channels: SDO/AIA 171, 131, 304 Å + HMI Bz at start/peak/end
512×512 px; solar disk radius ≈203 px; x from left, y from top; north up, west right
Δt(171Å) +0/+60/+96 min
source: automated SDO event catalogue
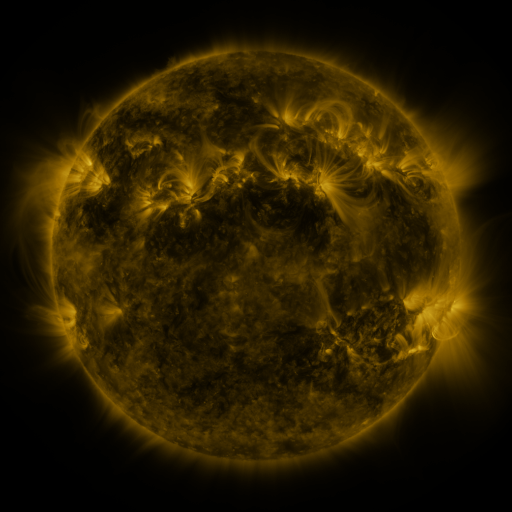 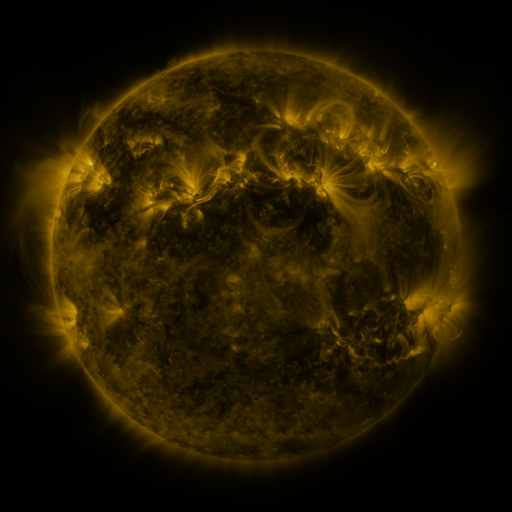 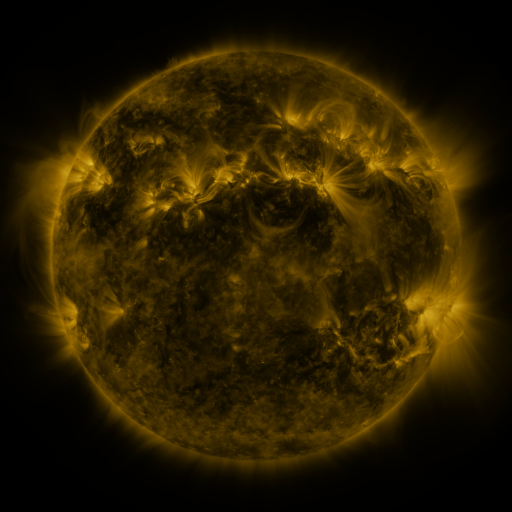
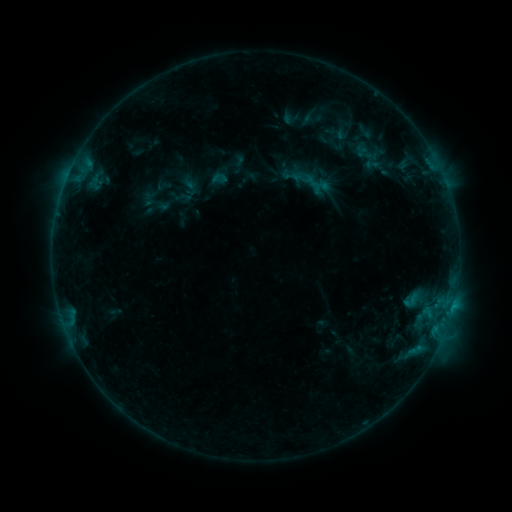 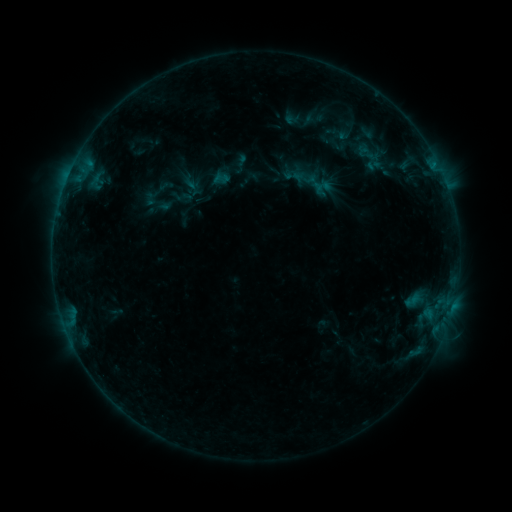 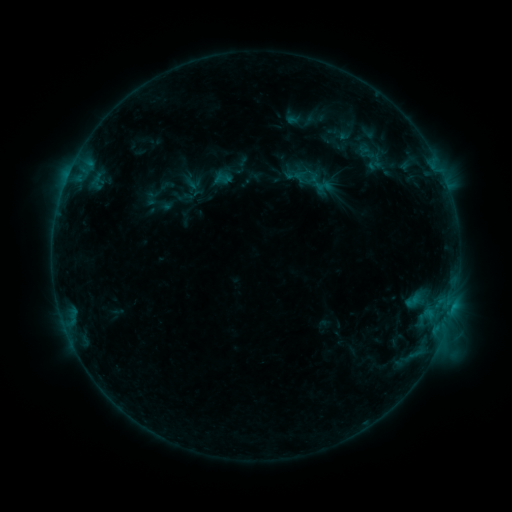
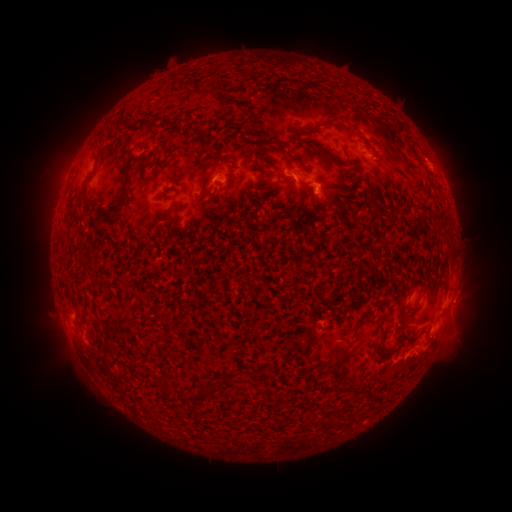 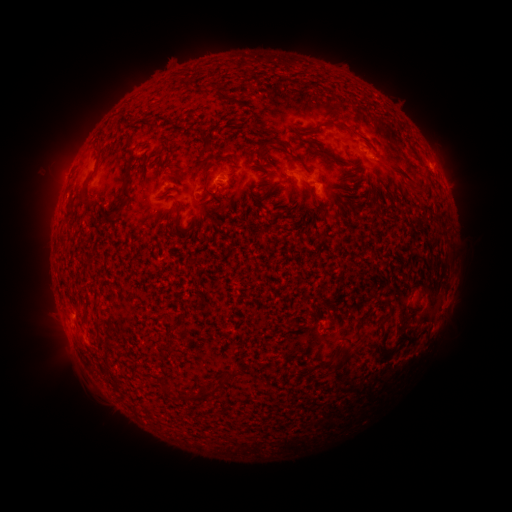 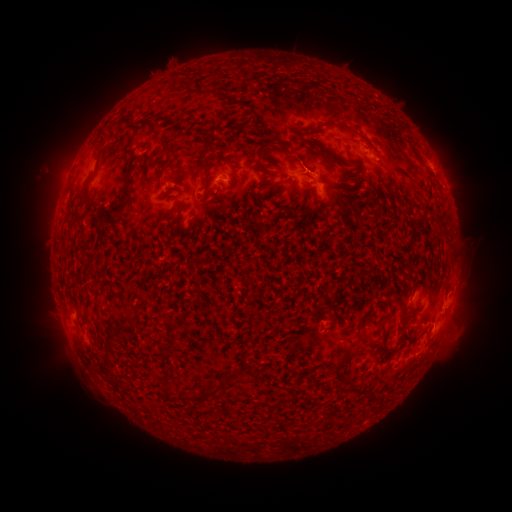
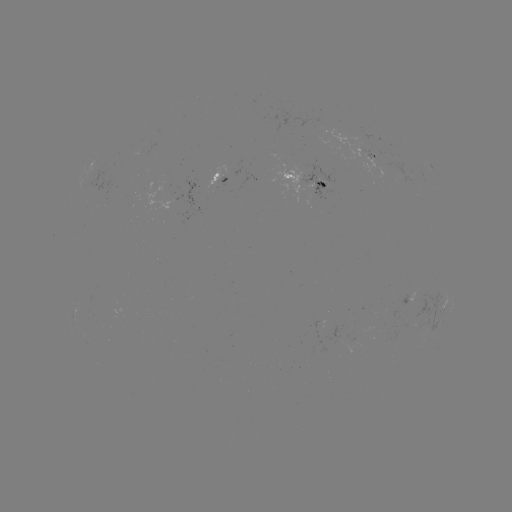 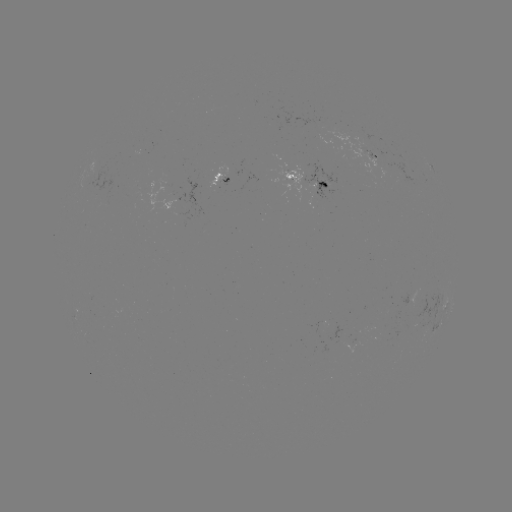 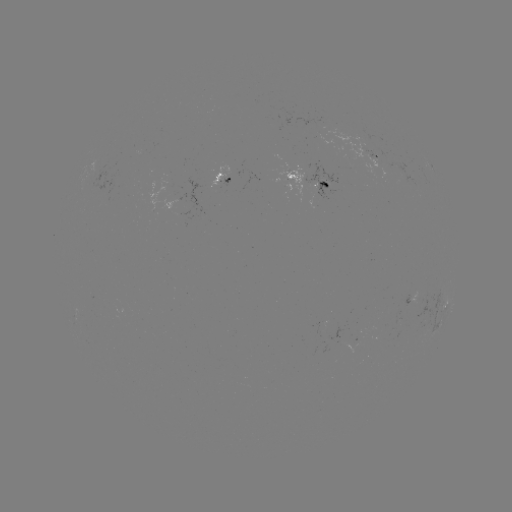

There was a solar emerging-flux region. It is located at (371, 156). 